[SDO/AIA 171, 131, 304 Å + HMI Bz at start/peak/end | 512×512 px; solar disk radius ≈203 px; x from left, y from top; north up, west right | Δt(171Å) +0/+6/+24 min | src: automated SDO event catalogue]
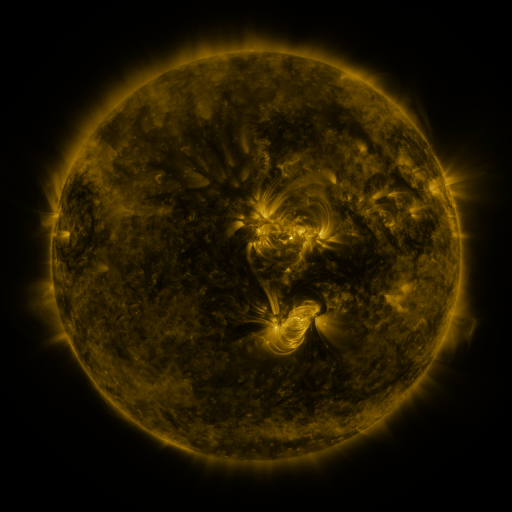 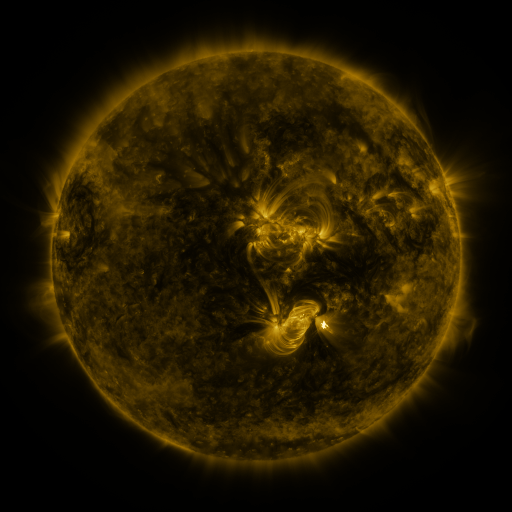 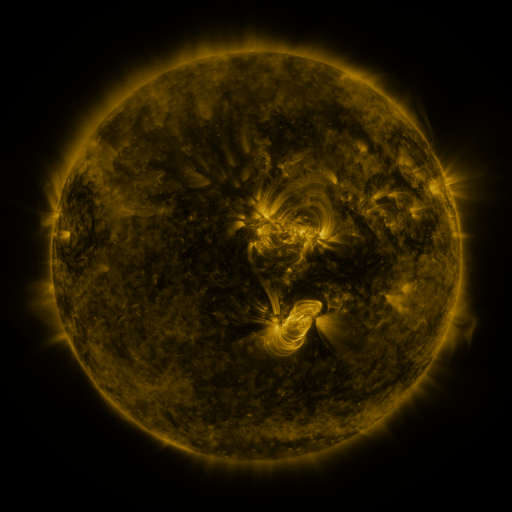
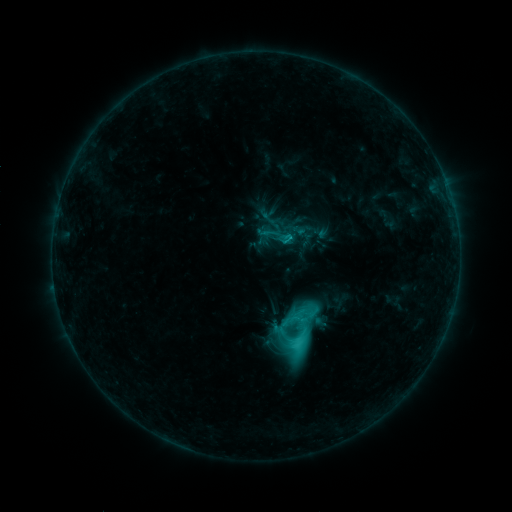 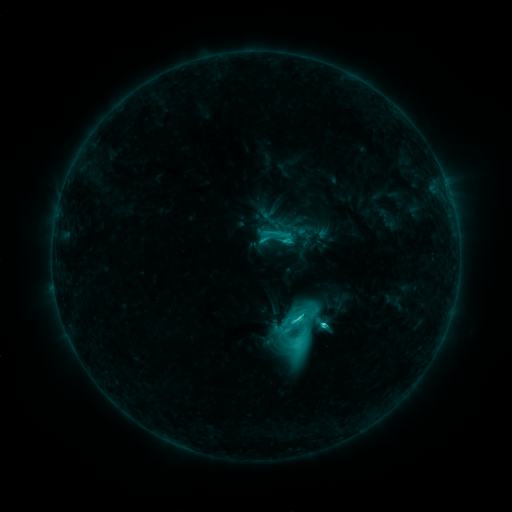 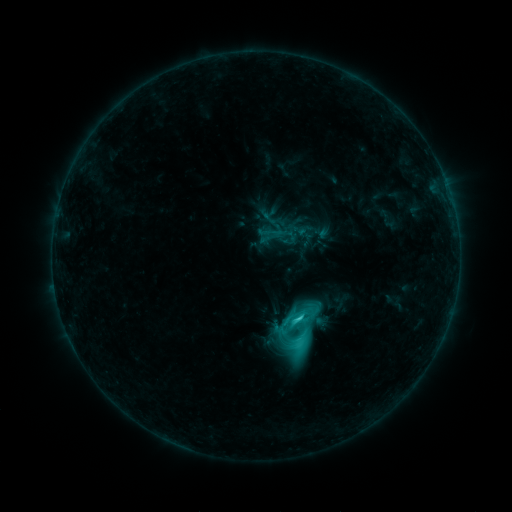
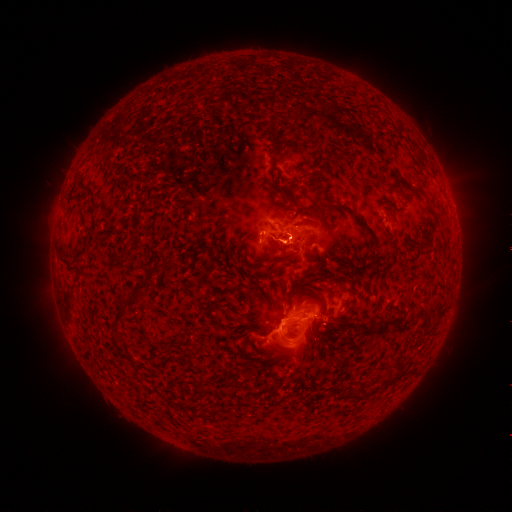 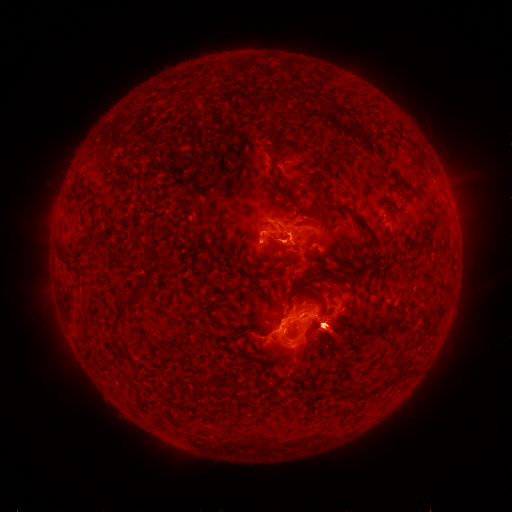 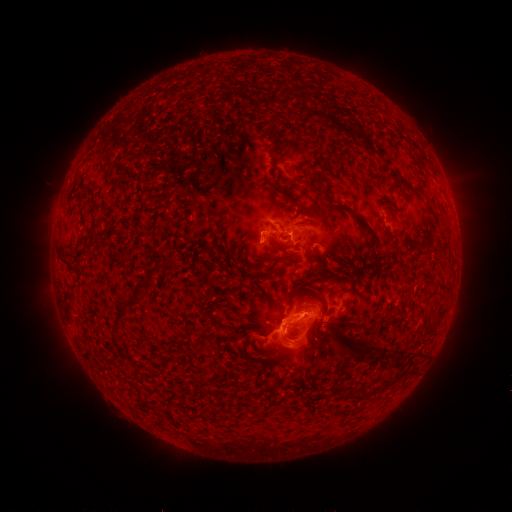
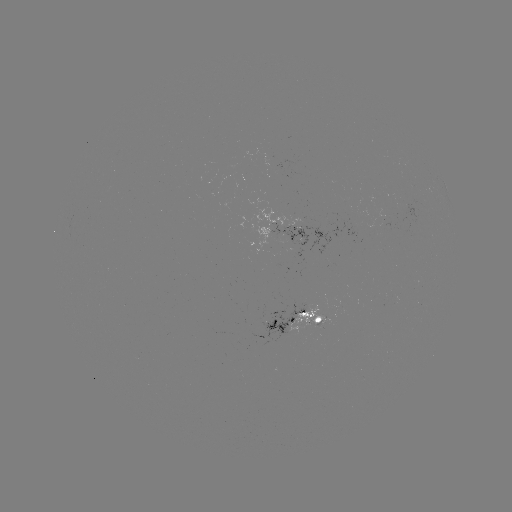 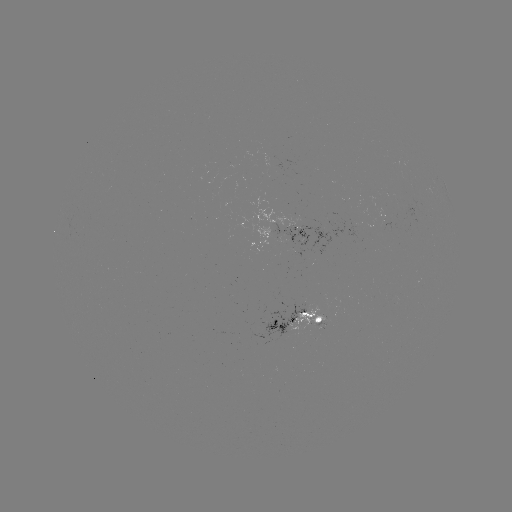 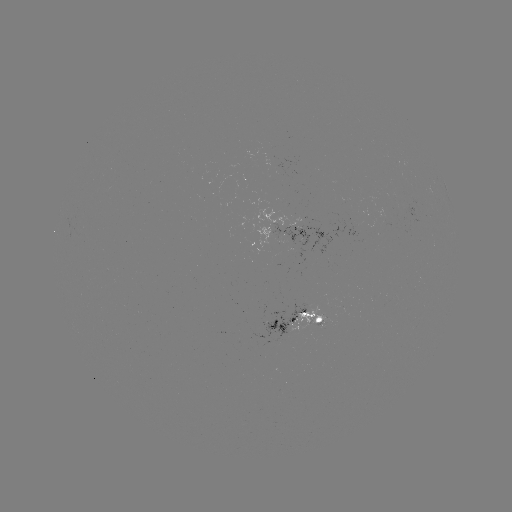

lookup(C7.5 flare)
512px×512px (299, 317)